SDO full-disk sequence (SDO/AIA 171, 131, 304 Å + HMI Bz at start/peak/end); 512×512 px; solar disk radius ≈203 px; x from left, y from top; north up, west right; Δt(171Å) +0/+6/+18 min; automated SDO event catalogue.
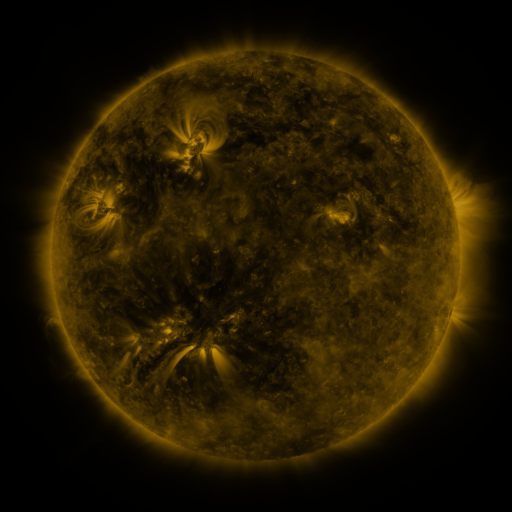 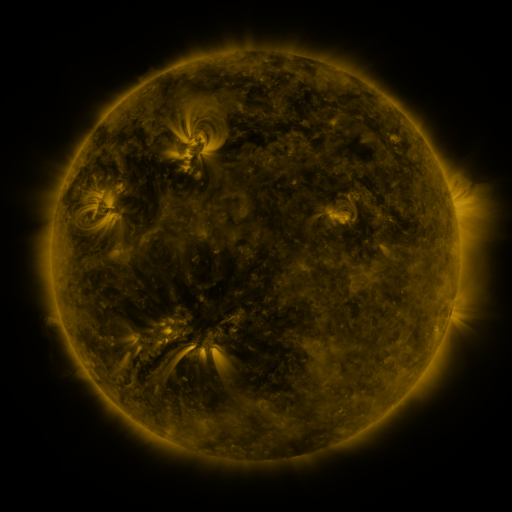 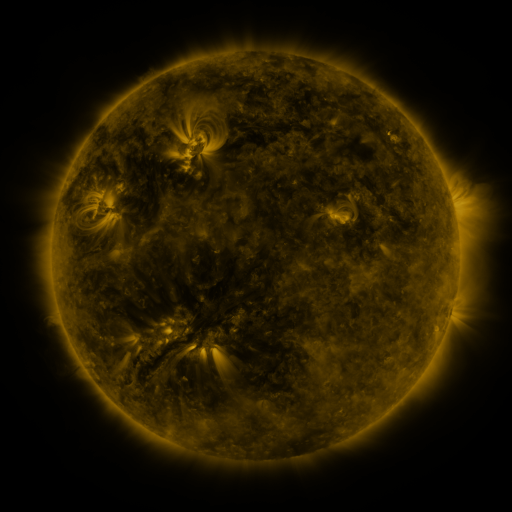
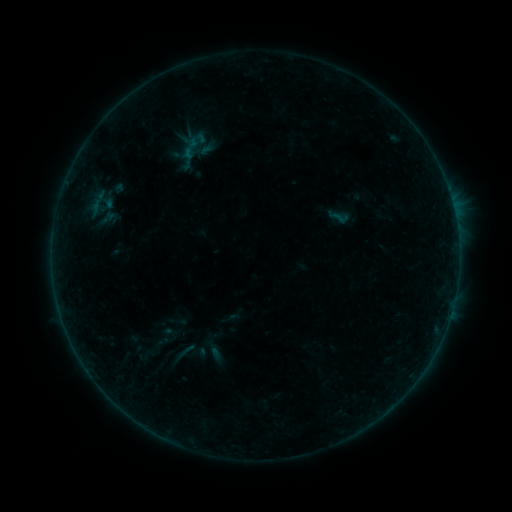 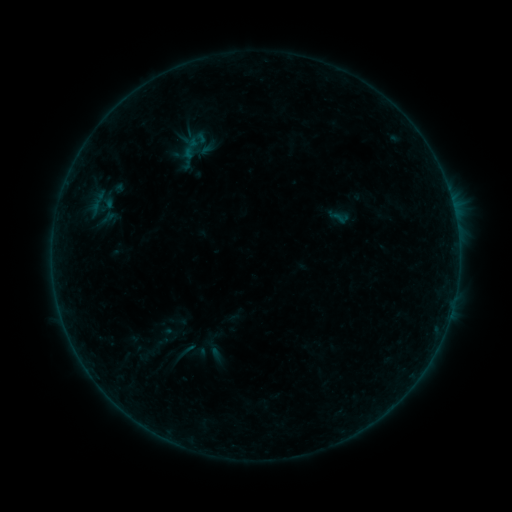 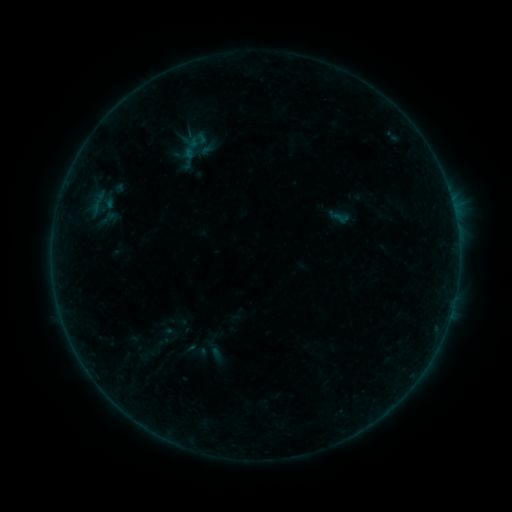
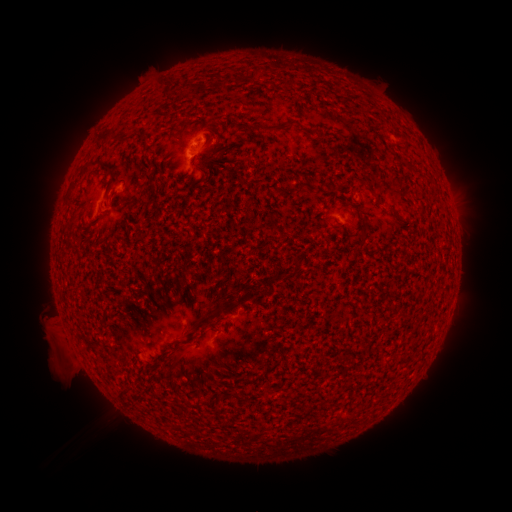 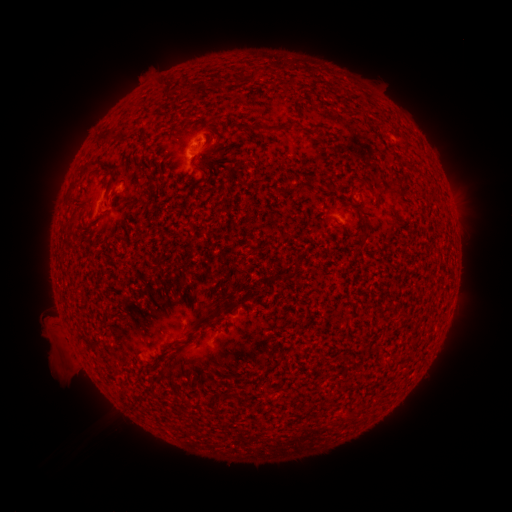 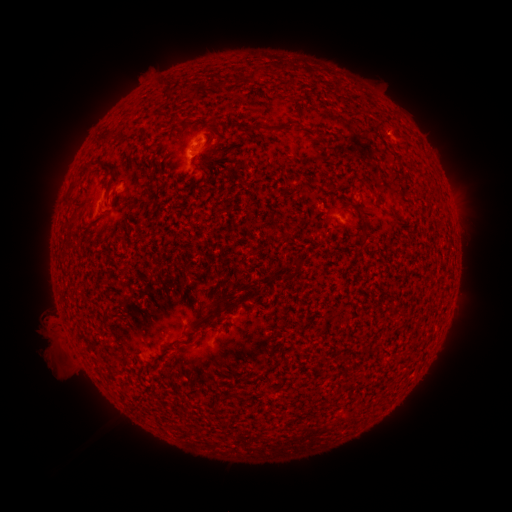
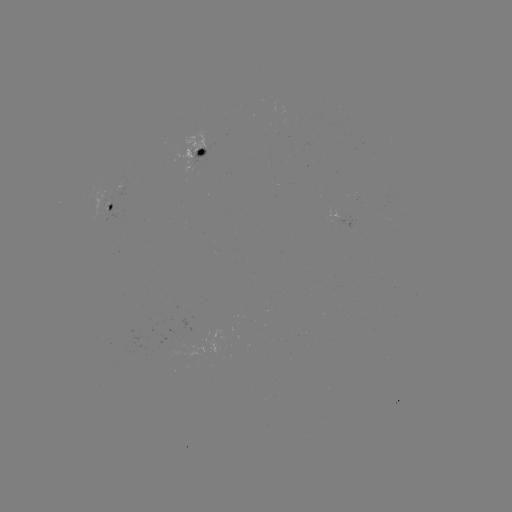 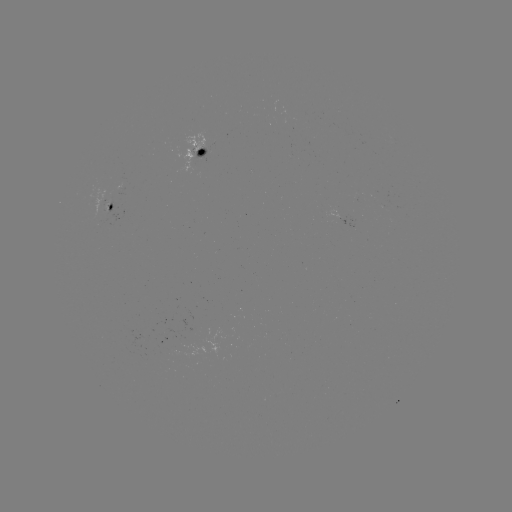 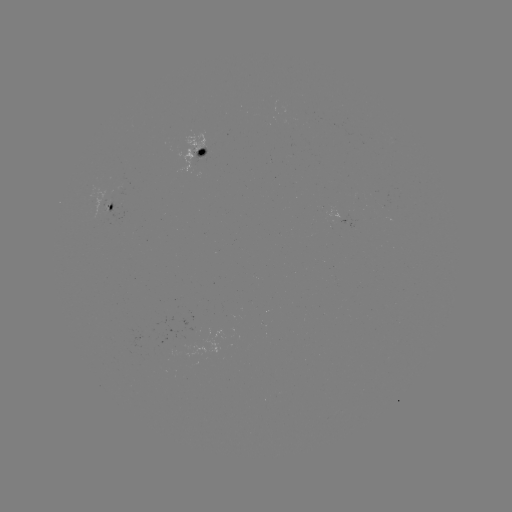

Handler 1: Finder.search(eruption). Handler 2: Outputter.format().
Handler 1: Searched eruption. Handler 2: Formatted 133,408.